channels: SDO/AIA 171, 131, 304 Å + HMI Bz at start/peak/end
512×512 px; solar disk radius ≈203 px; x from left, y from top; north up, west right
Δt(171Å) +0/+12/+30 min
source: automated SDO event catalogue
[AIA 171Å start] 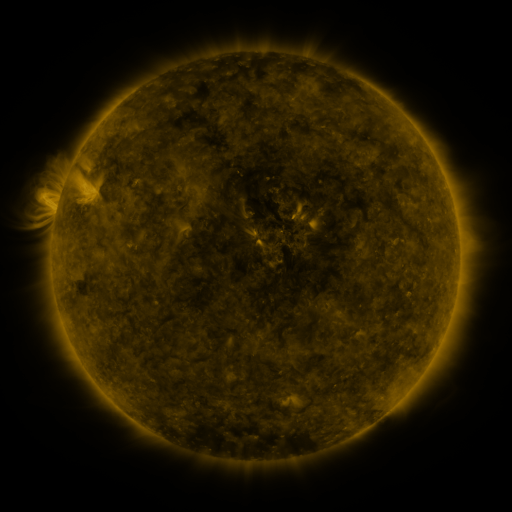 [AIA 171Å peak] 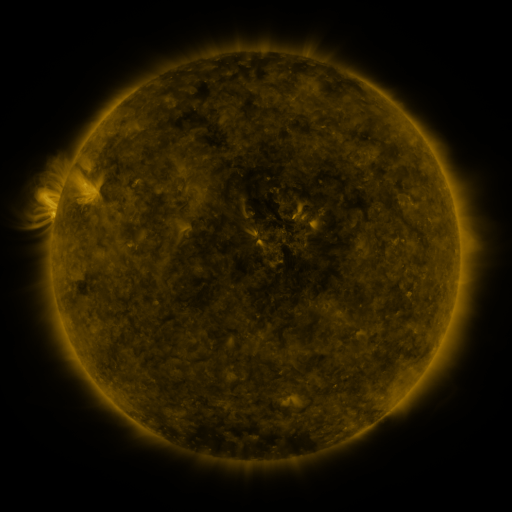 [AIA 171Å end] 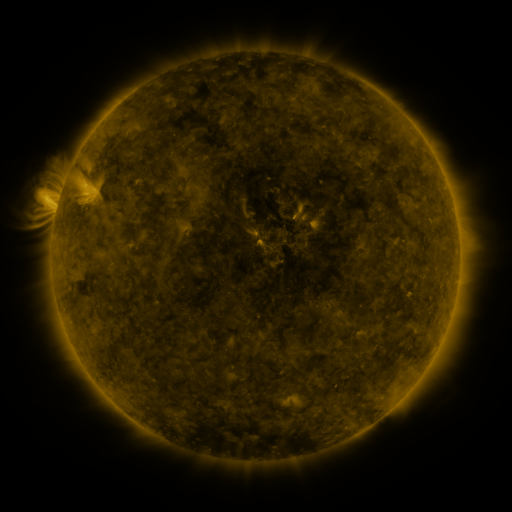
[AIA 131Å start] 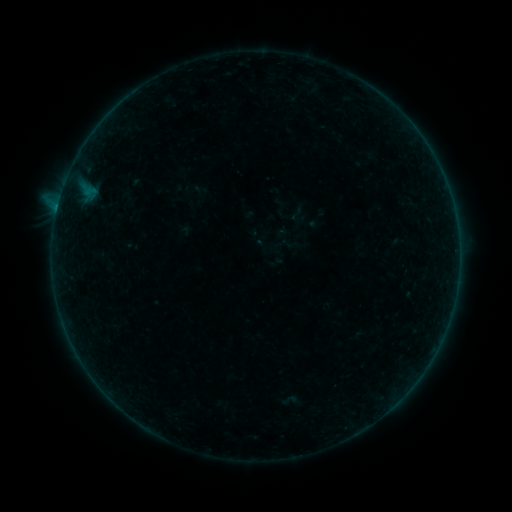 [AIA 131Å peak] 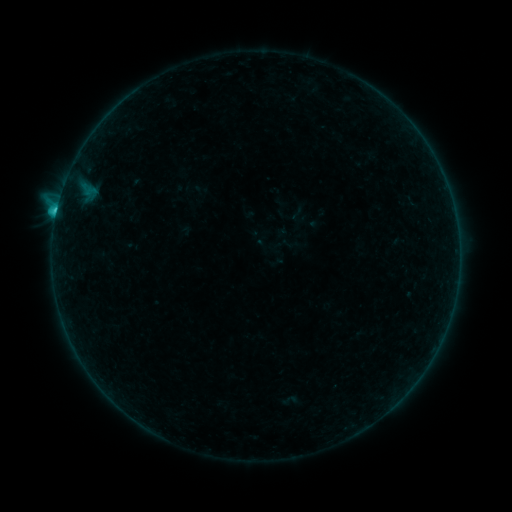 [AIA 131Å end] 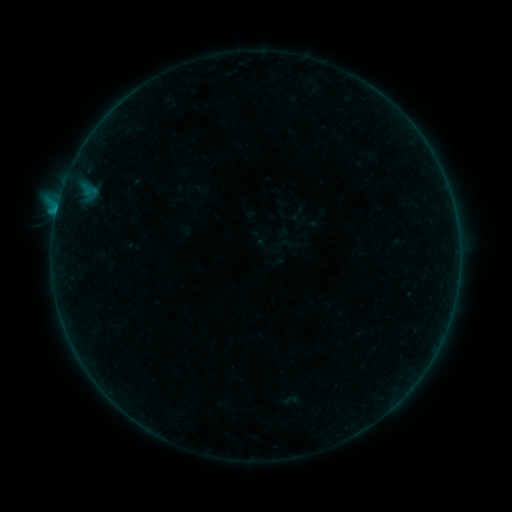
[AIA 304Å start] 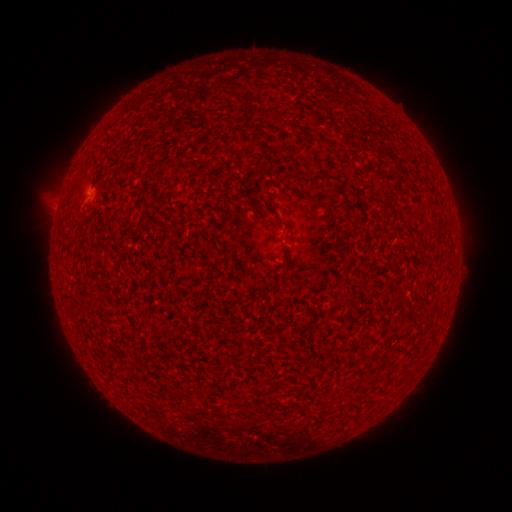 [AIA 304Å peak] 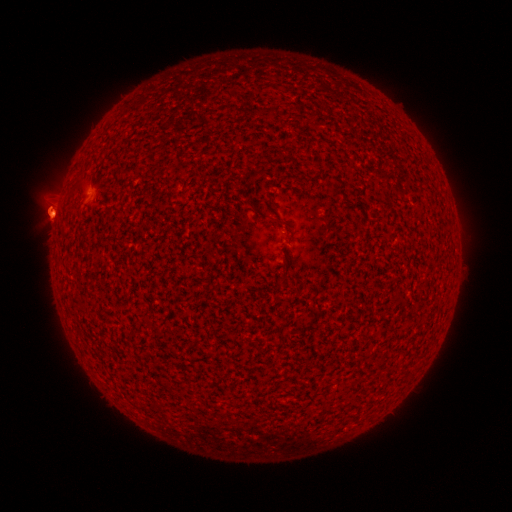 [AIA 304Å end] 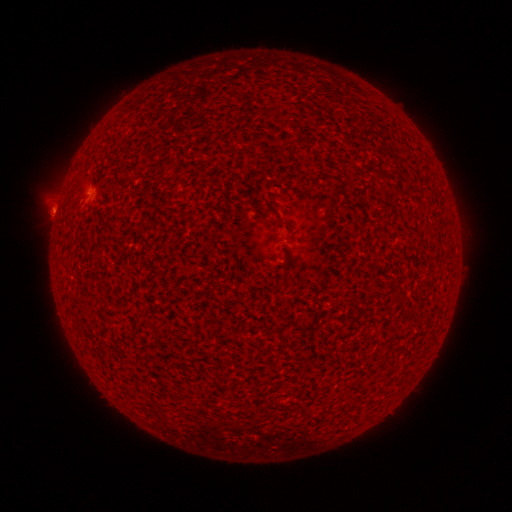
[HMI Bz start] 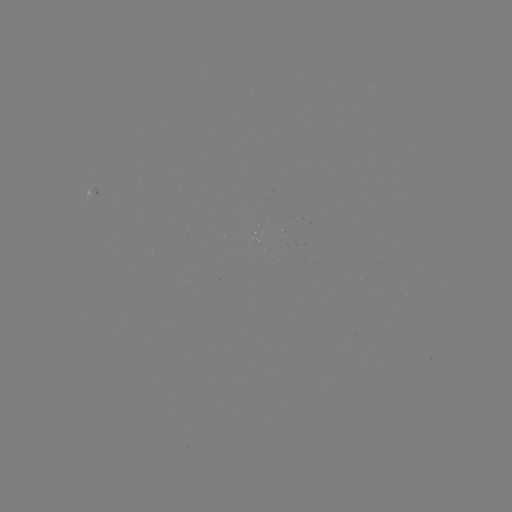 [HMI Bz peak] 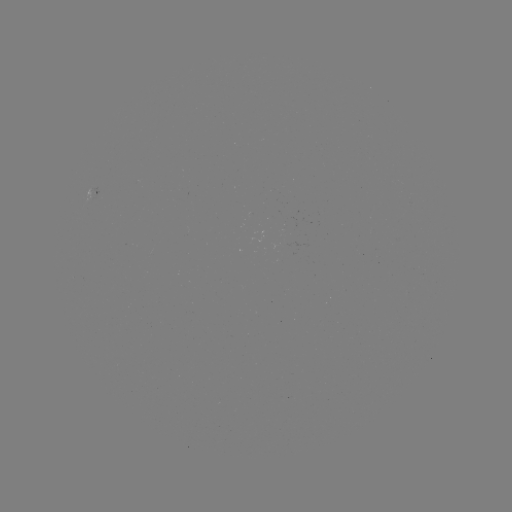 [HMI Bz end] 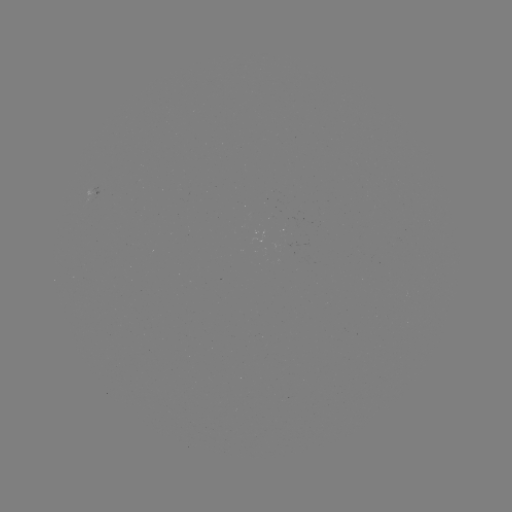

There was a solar flare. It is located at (57, 213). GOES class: B8.9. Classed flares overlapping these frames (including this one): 1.